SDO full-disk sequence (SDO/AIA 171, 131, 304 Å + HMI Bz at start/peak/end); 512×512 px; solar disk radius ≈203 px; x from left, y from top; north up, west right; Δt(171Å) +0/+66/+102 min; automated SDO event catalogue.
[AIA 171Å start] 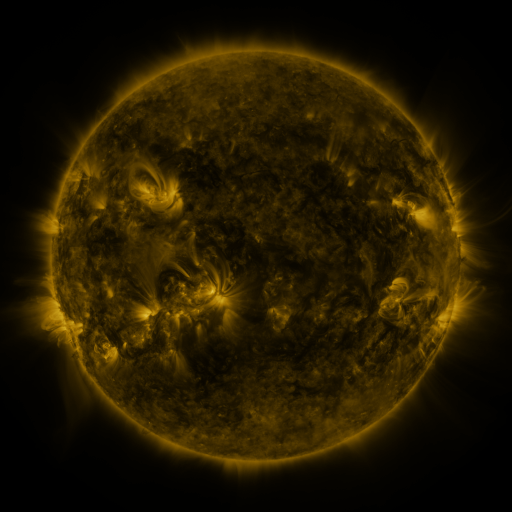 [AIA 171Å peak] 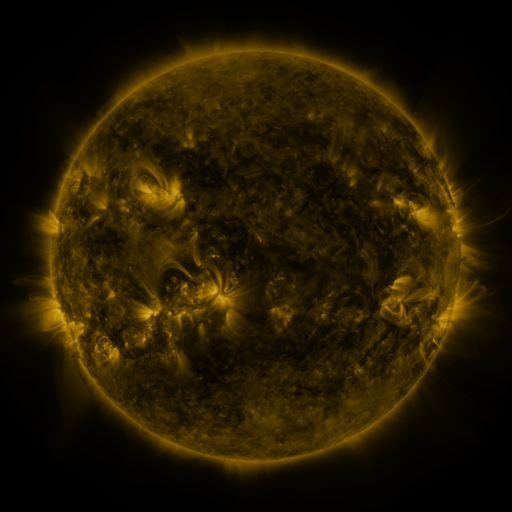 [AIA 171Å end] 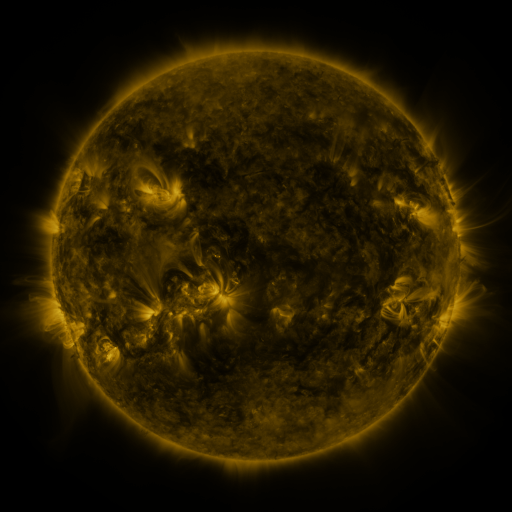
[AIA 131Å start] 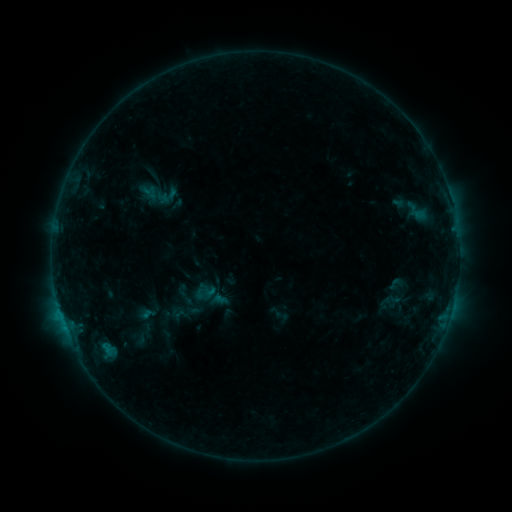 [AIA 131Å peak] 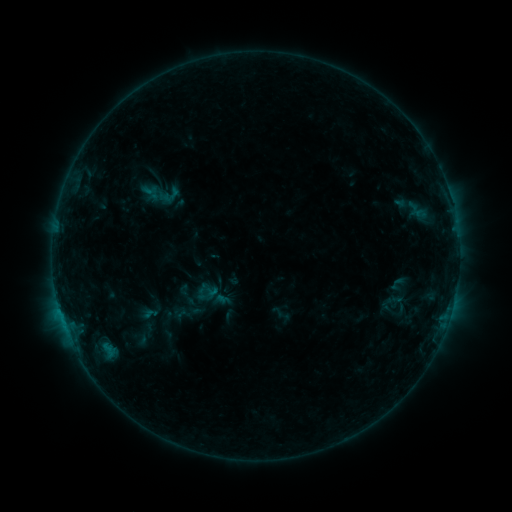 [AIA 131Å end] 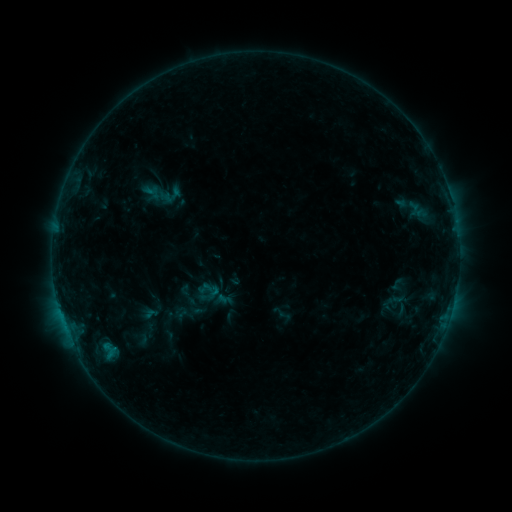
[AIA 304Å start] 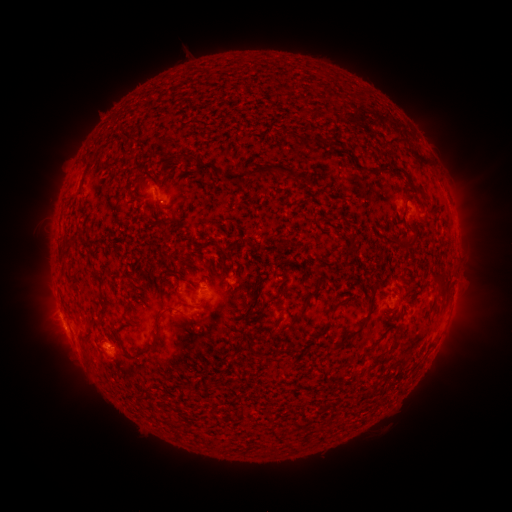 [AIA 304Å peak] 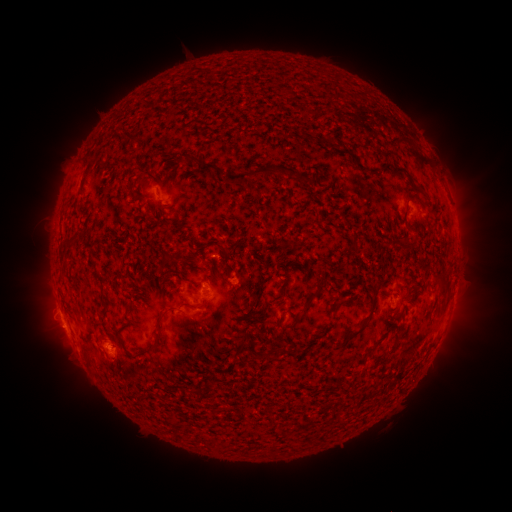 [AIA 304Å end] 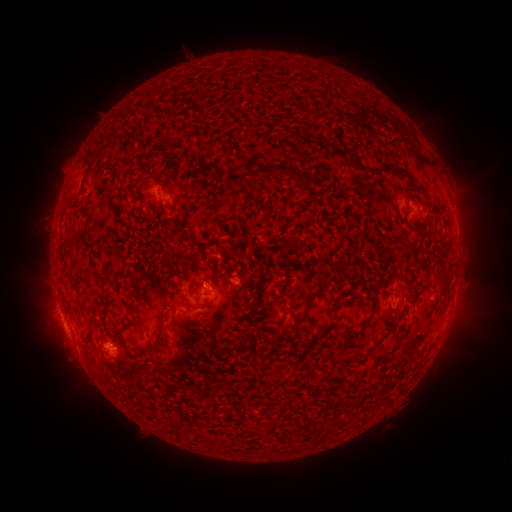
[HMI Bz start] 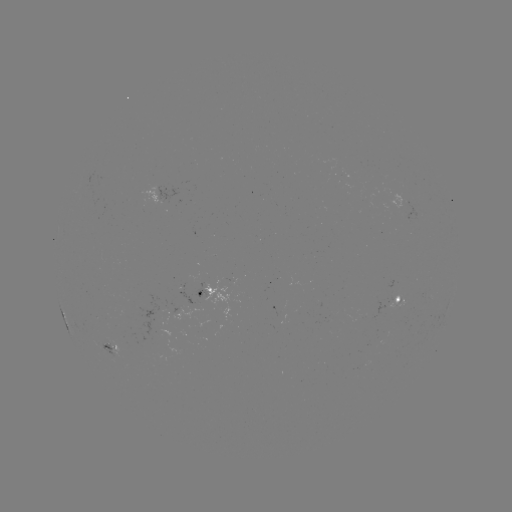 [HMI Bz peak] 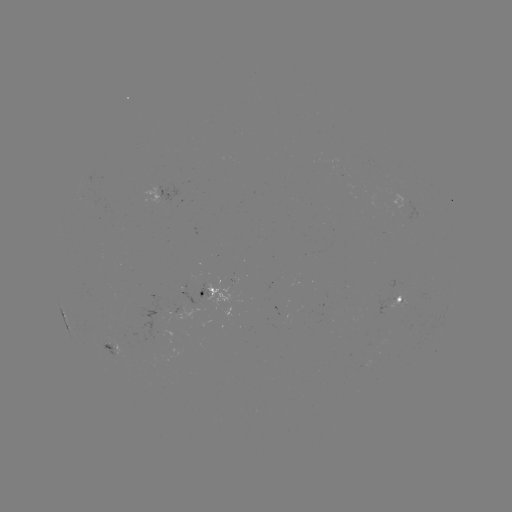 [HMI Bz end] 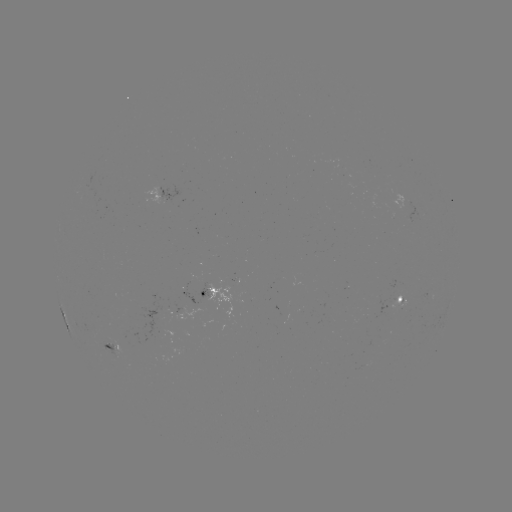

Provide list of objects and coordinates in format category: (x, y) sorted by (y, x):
emerging-flux region: (180, 307)
